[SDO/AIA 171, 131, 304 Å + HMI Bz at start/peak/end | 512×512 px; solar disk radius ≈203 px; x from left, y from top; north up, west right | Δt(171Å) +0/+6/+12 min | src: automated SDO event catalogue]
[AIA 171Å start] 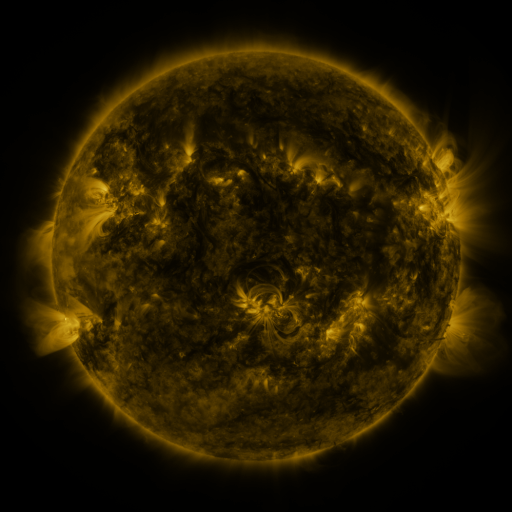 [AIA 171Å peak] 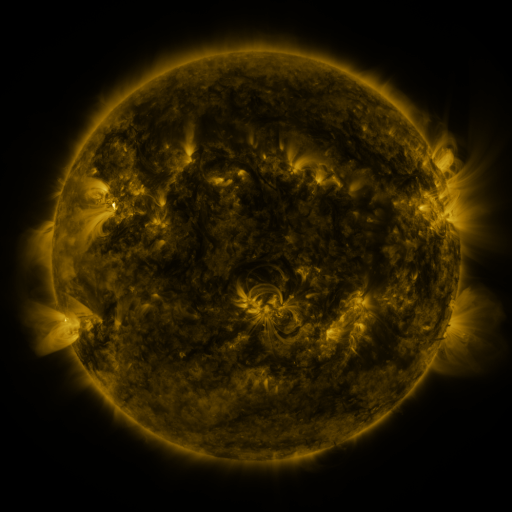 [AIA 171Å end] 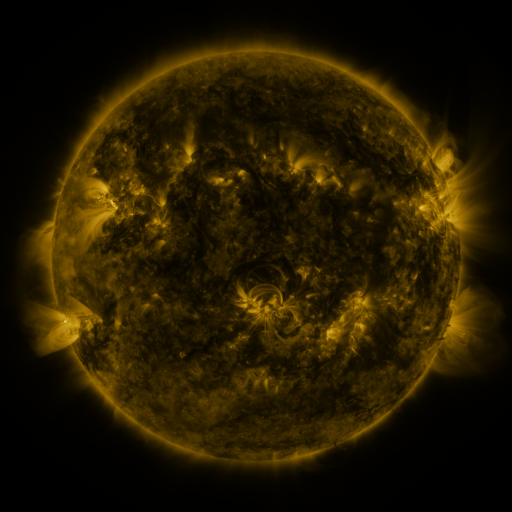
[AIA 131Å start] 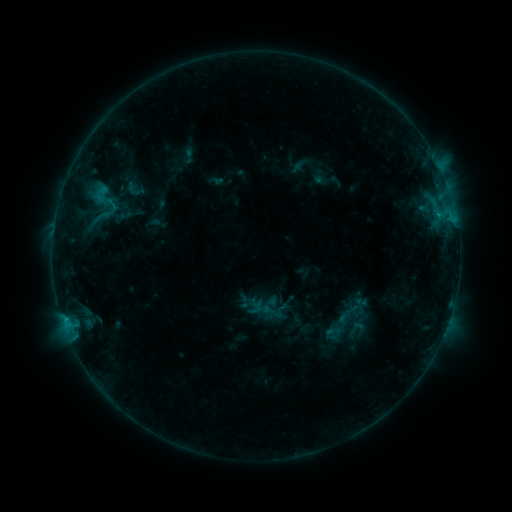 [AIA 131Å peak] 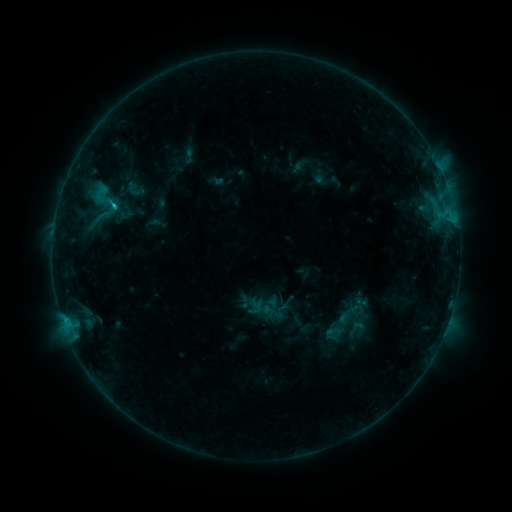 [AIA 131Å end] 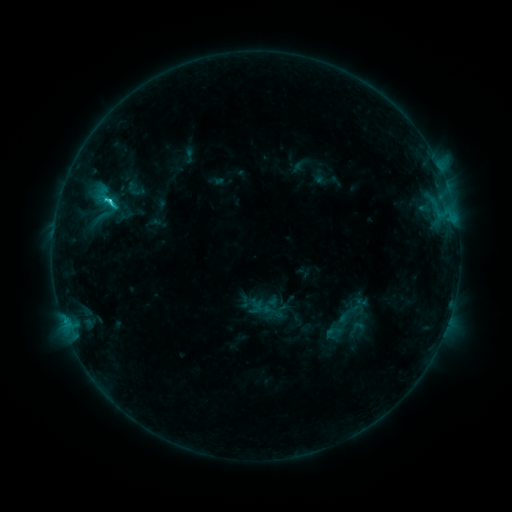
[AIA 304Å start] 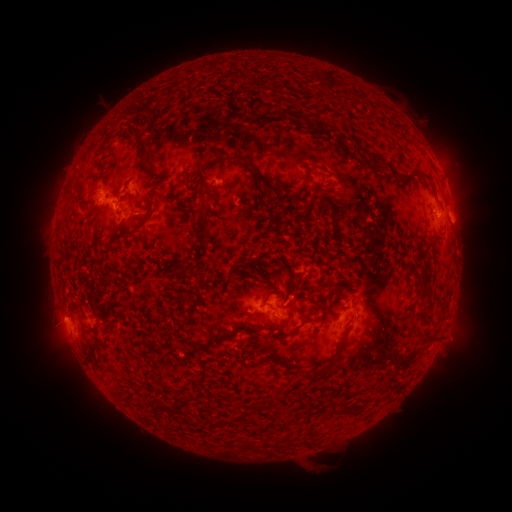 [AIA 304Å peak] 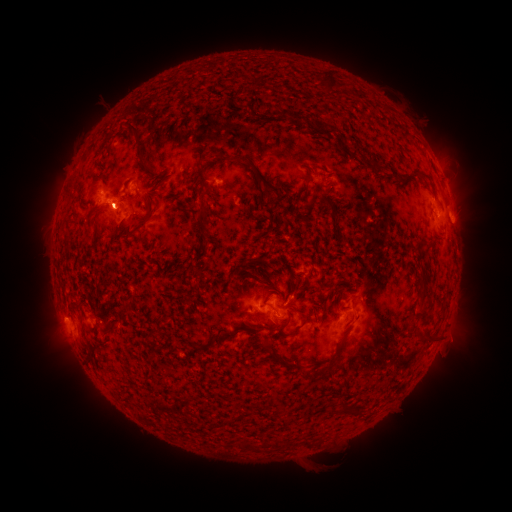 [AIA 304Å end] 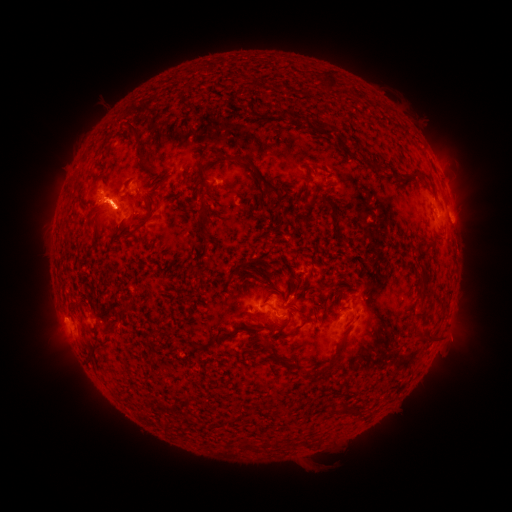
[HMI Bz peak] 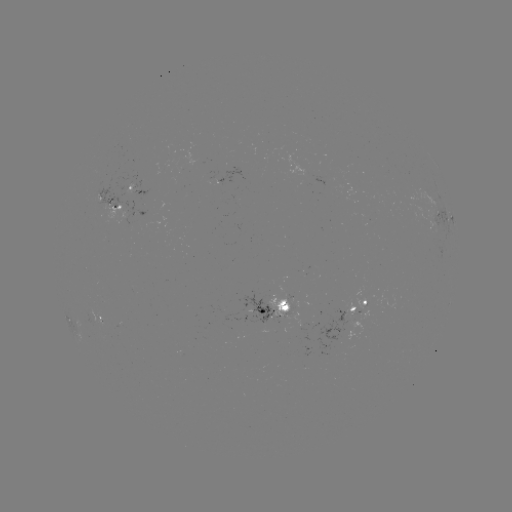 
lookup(C8.3 flare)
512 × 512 114,208